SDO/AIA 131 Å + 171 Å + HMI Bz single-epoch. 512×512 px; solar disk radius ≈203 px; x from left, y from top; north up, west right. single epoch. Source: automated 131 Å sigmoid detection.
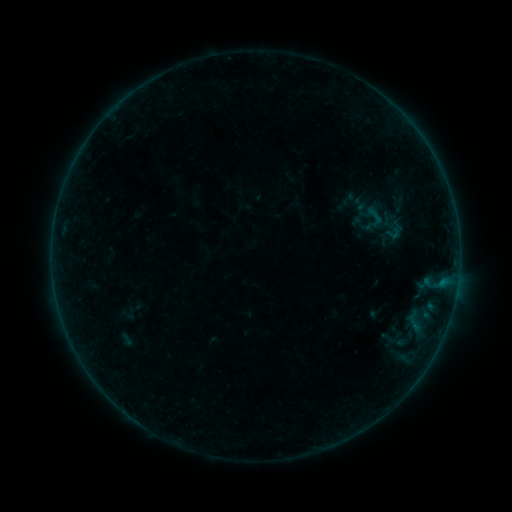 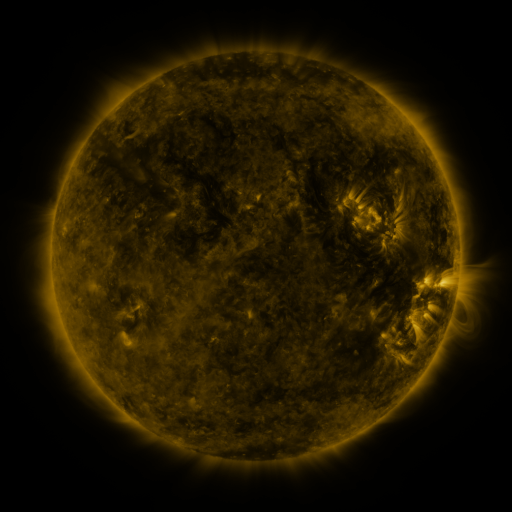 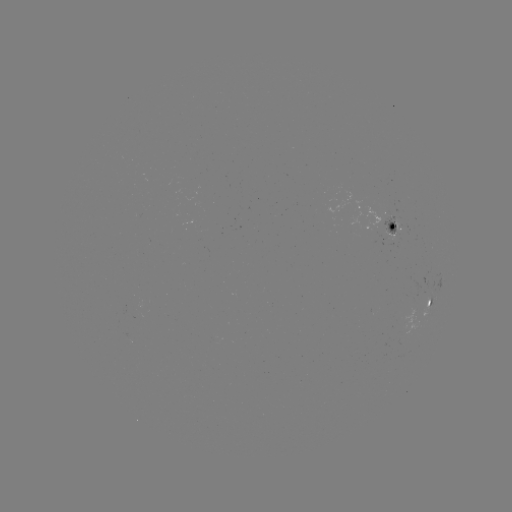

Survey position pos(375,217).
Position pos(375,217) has sigmoid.